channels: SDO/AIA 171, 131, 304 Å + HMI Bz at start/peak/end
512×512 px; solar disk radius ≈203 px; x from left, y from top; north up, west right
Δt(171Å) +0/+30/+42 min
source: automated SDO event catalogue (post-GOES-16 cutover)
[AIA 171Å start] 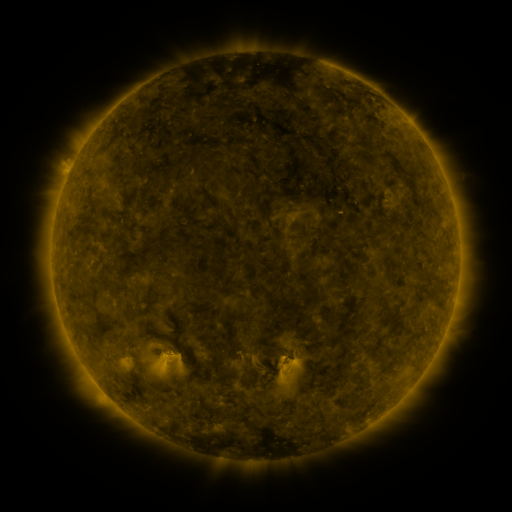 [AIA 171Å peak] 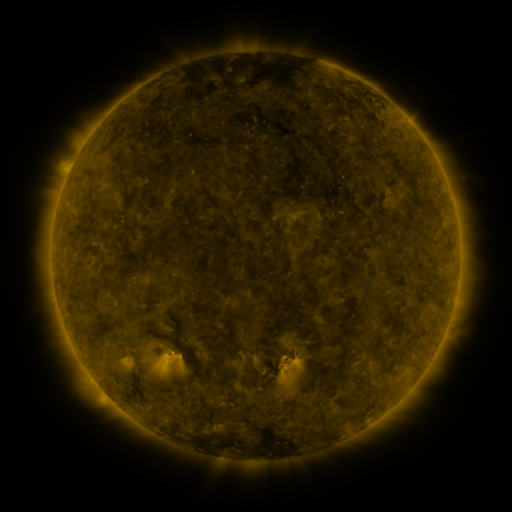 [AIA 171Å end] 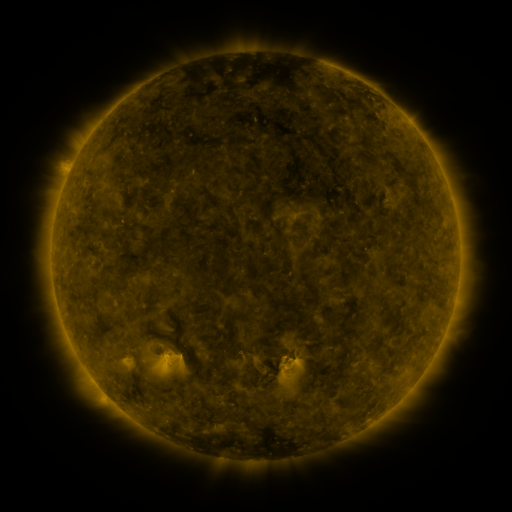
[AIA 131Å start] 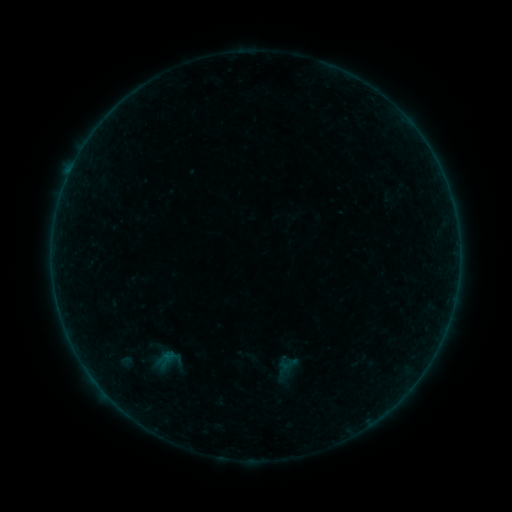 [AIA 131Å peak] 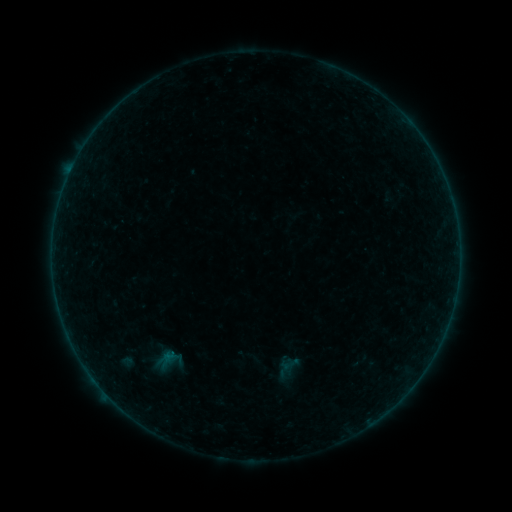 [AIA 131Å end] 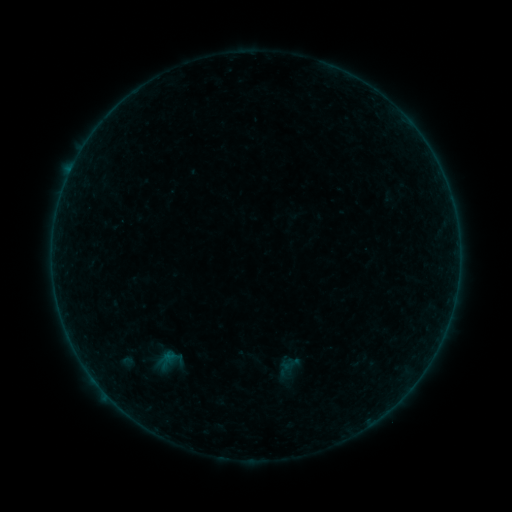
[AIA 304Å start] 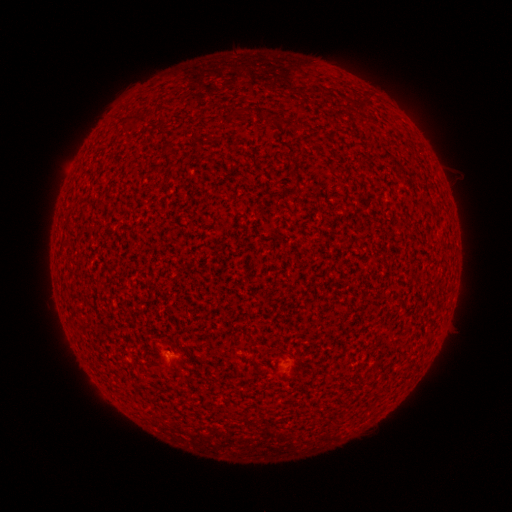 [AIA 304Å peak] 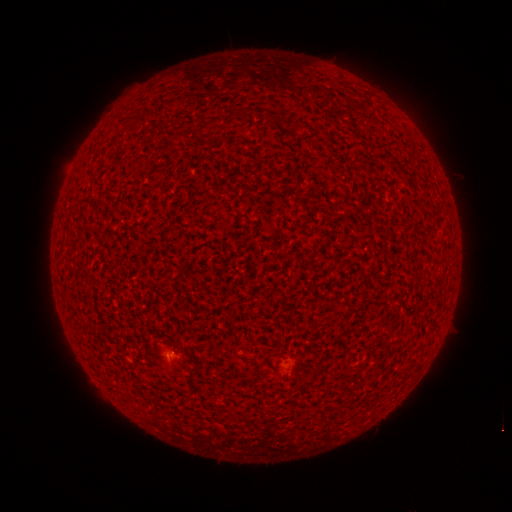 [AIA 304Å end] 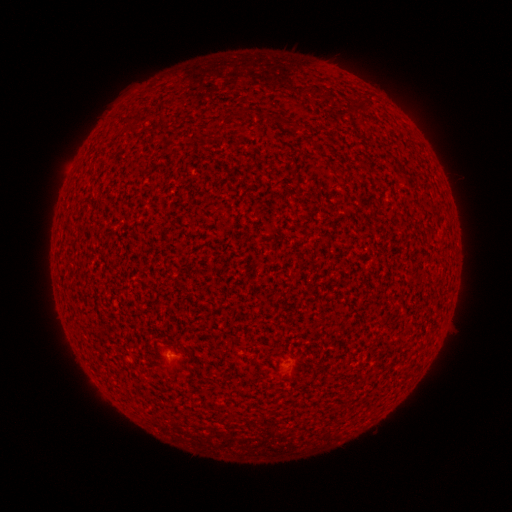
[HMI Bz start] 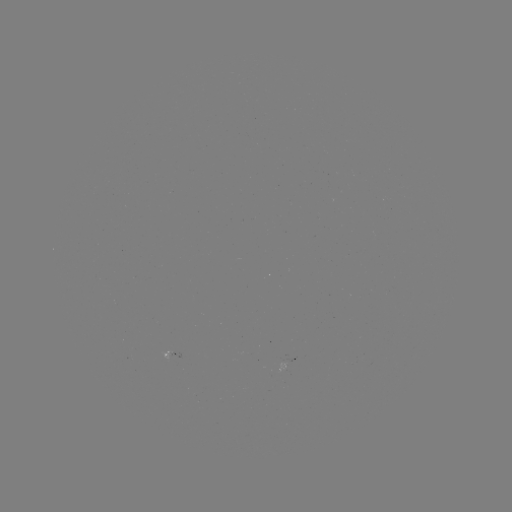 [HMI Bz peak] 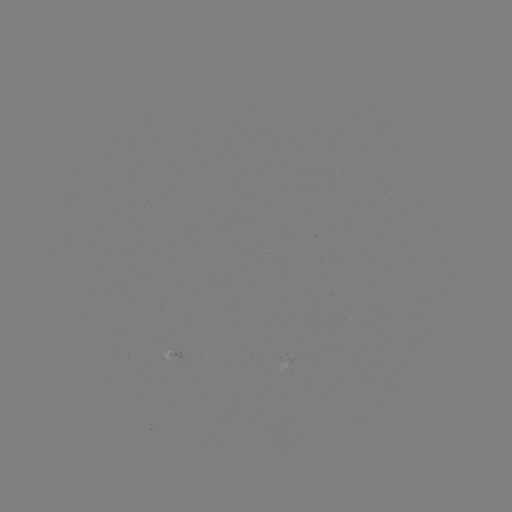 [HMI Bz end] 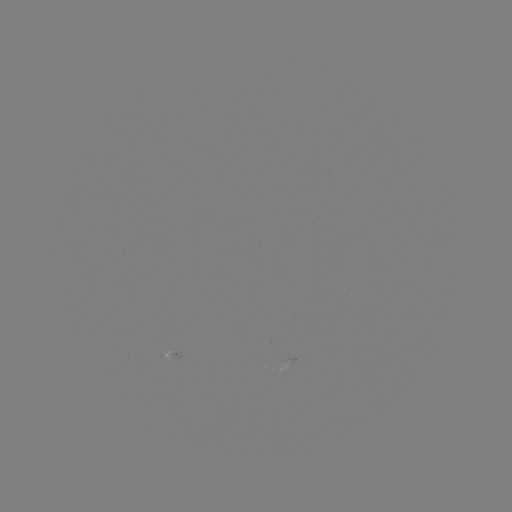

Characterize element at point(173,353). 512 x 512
A3.0 flare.